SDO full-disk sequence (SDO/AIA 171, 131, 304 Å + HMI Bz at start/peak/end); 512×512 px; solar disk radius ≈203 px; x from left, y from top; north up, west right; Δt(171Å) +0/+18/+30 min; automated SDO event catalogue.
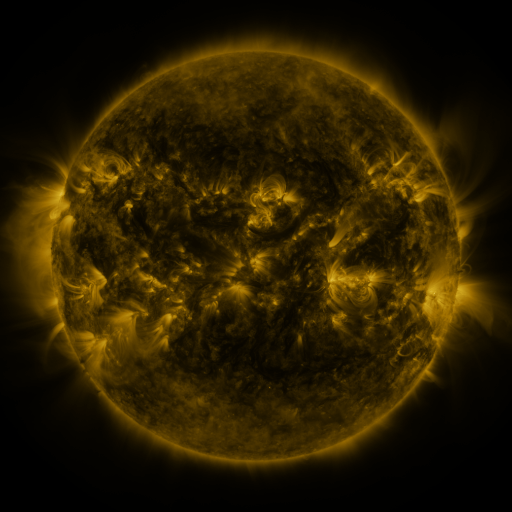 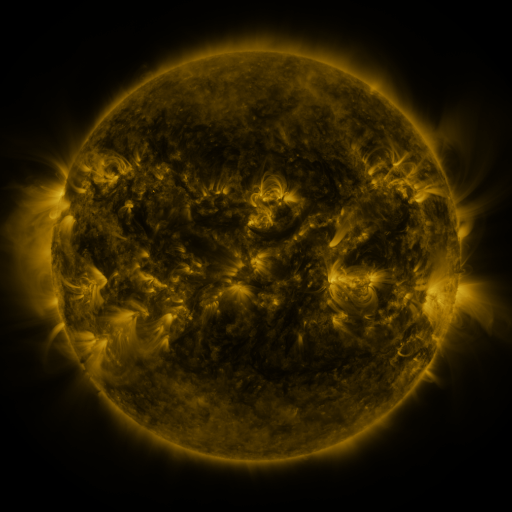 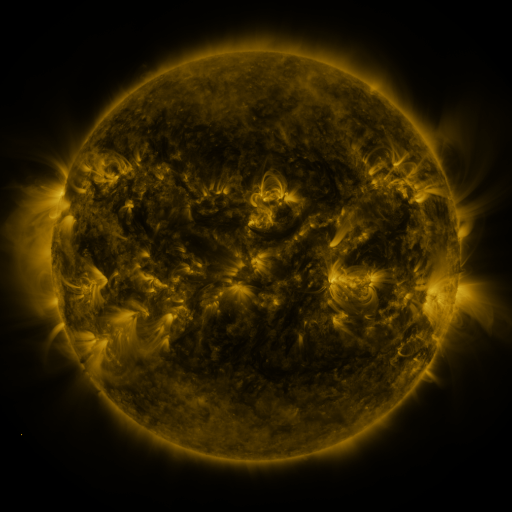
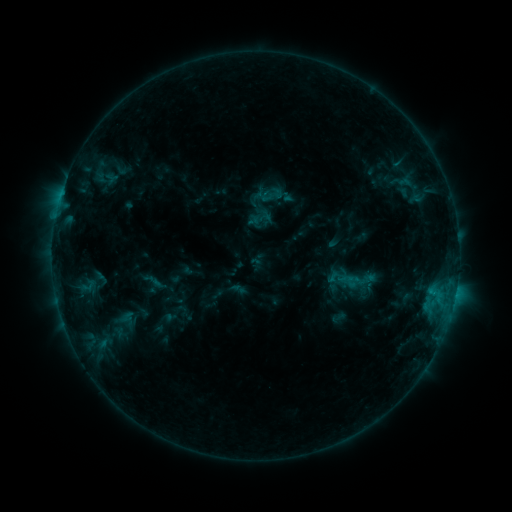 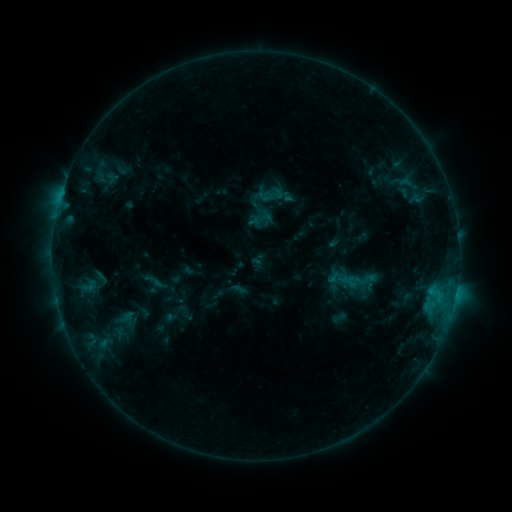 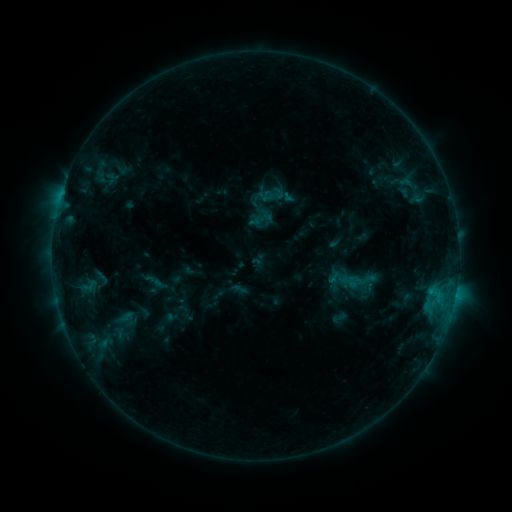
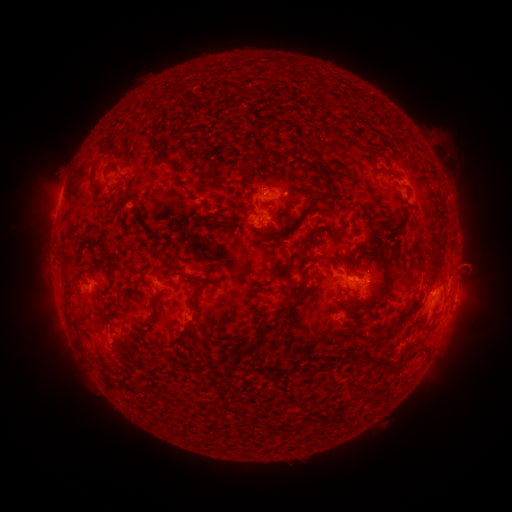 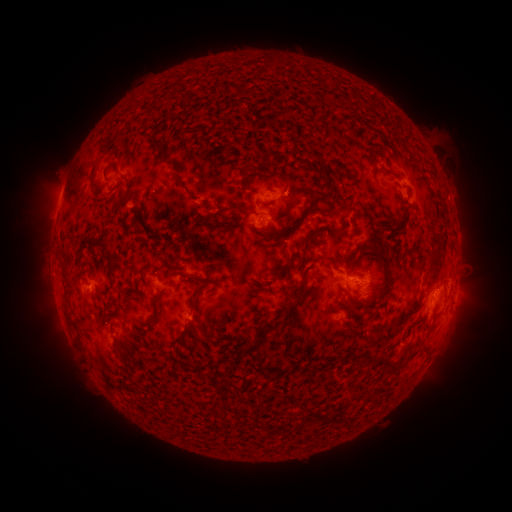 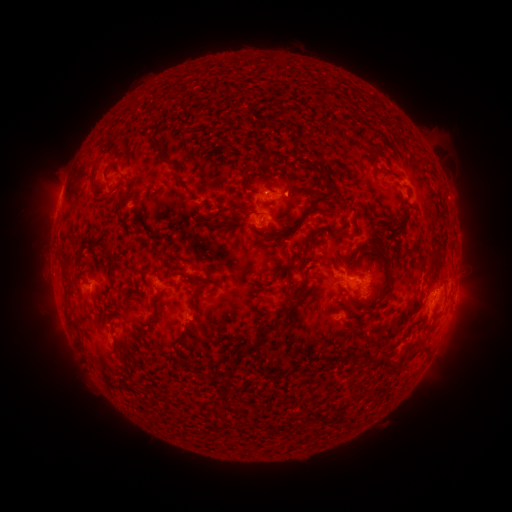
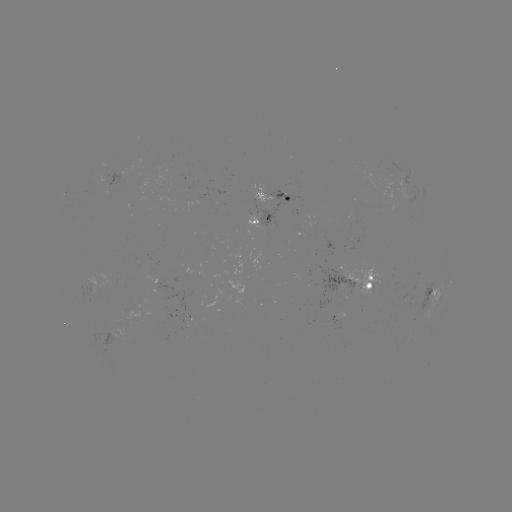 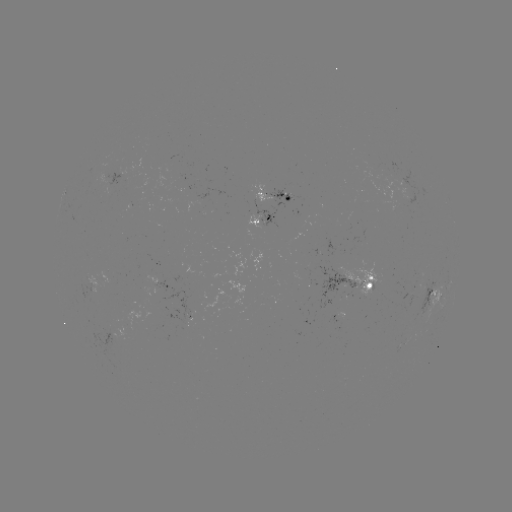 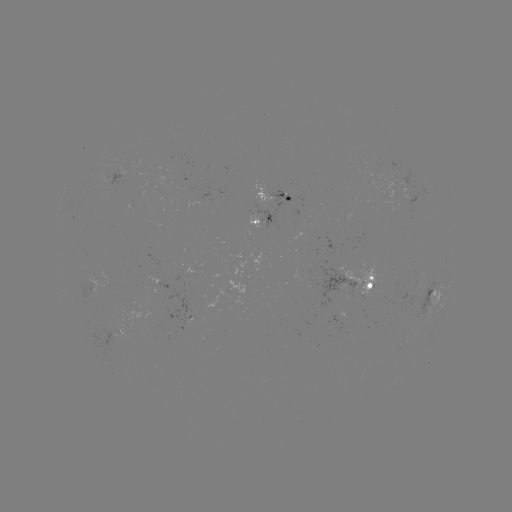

no classed flare was catalogued and no EUV brightening was flagged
